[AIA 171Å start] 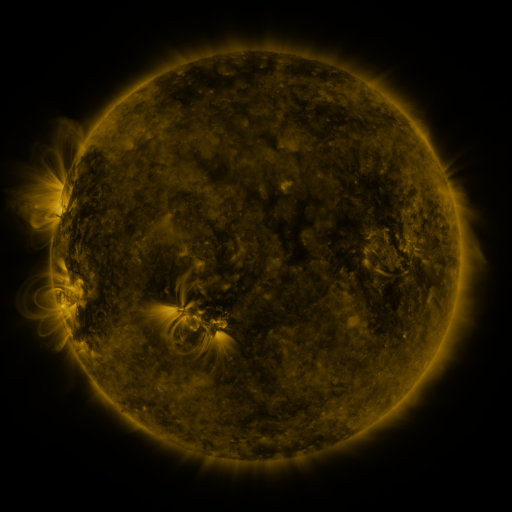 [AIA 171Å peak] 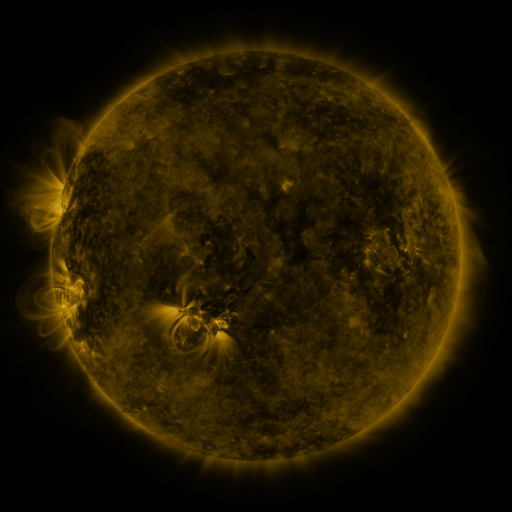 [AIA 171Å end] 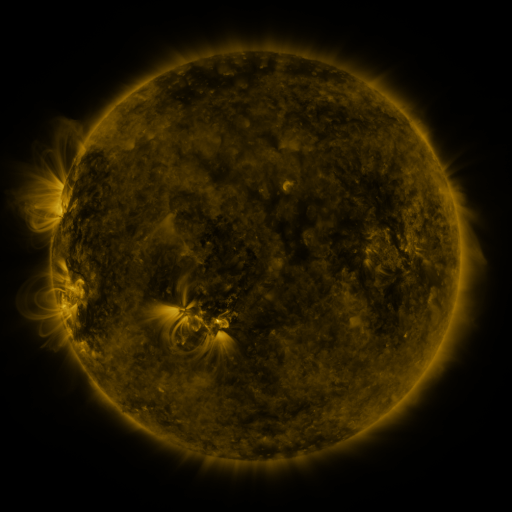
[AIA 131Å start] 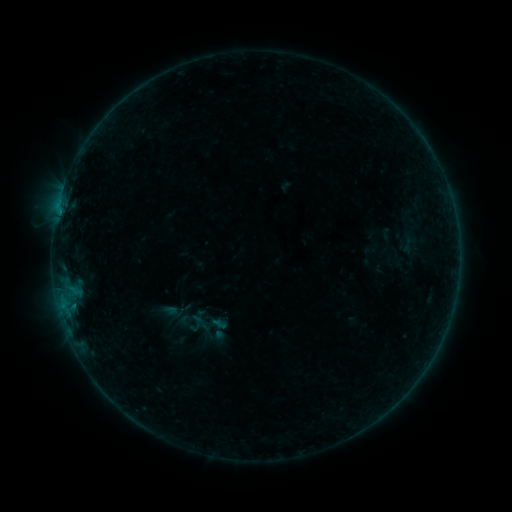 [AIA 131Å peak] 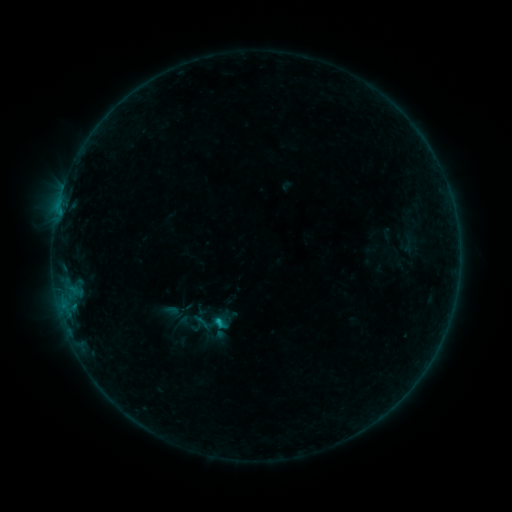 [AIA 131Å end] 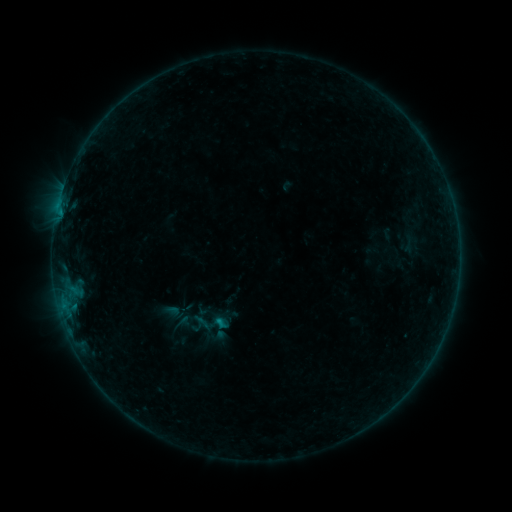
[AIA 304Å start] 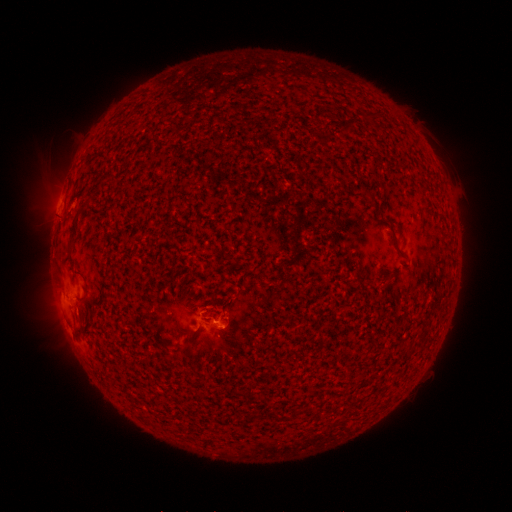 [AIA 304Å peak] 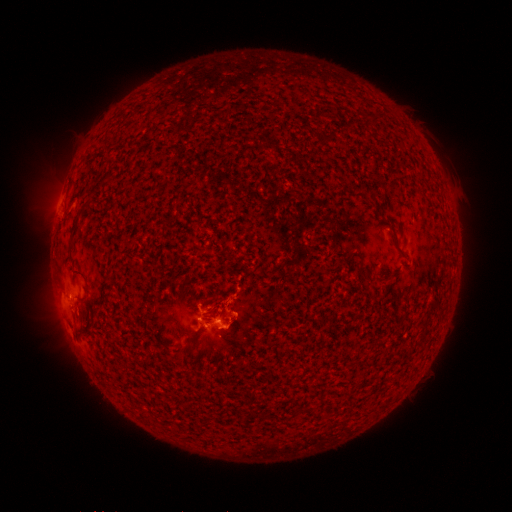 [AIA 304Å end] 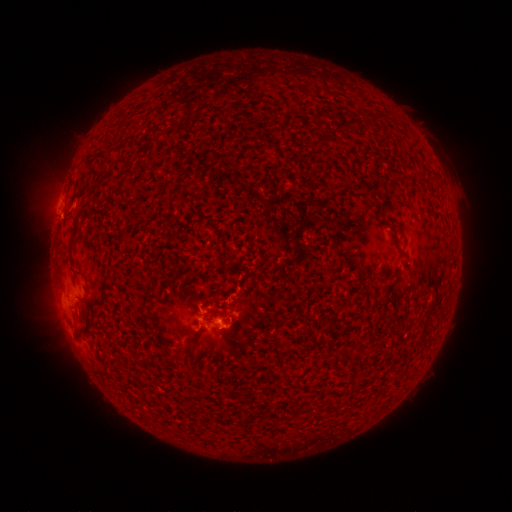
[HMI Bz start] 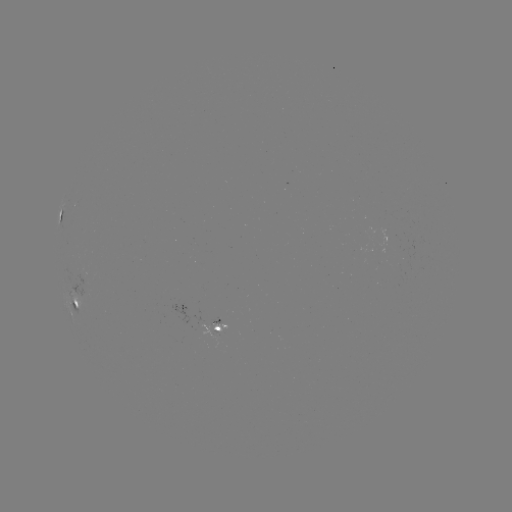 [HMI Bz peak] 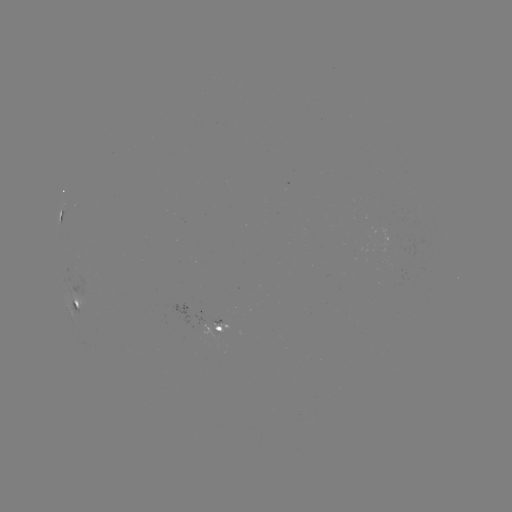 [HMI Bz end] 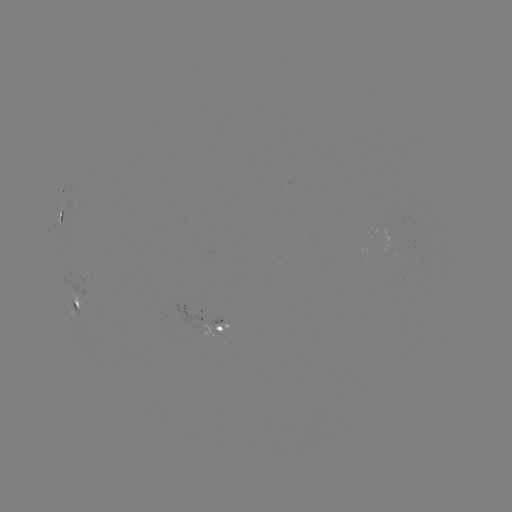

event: flare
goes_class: B5.9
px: (221, 321)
